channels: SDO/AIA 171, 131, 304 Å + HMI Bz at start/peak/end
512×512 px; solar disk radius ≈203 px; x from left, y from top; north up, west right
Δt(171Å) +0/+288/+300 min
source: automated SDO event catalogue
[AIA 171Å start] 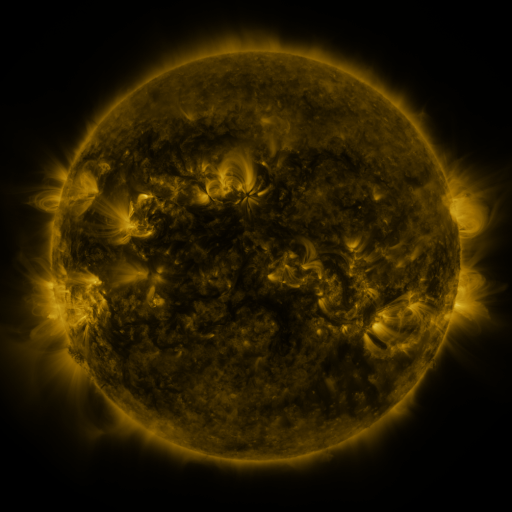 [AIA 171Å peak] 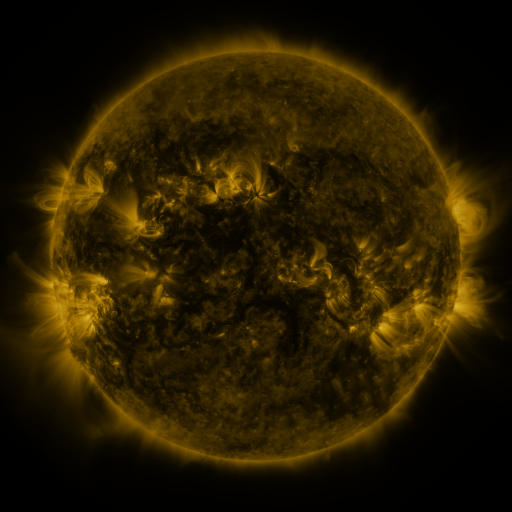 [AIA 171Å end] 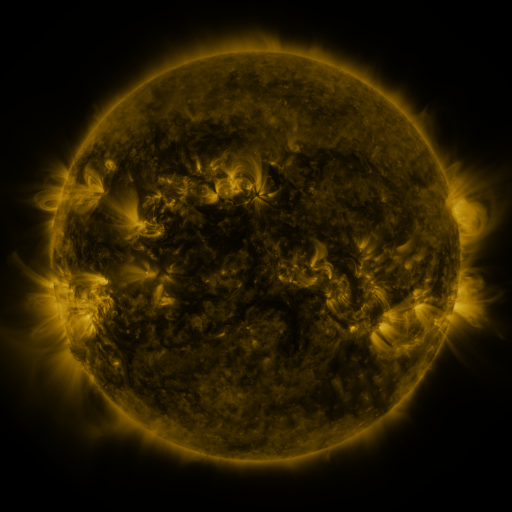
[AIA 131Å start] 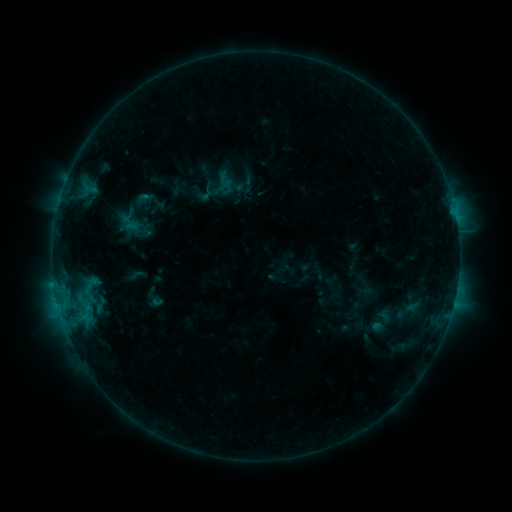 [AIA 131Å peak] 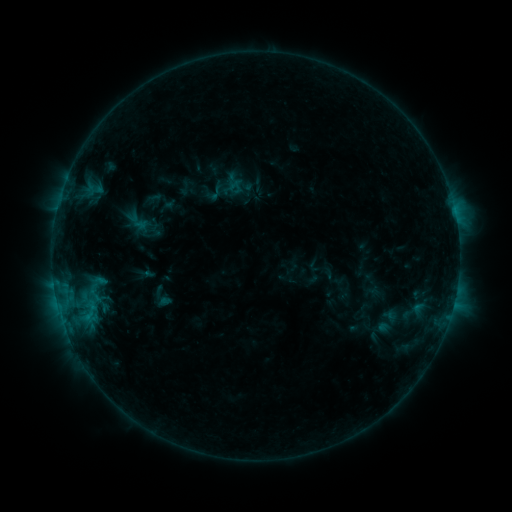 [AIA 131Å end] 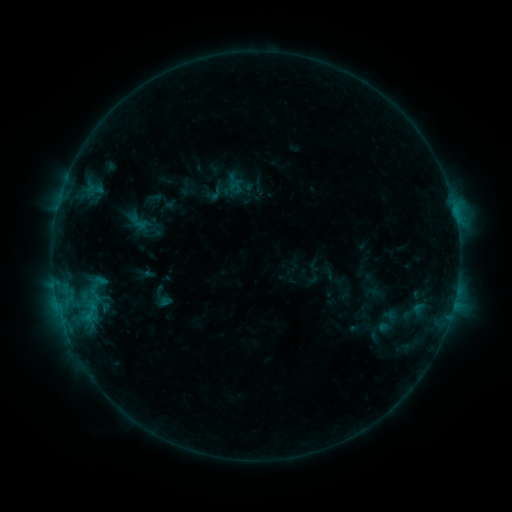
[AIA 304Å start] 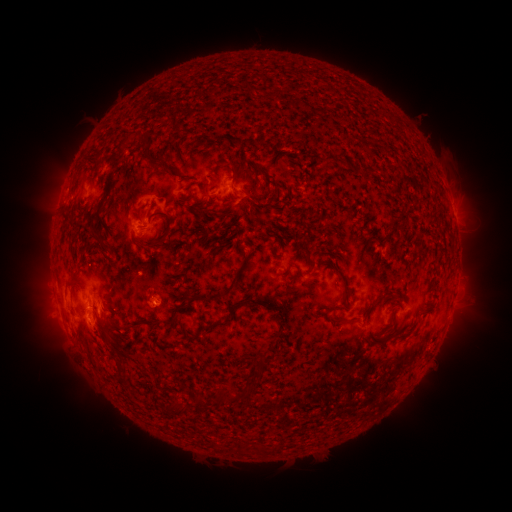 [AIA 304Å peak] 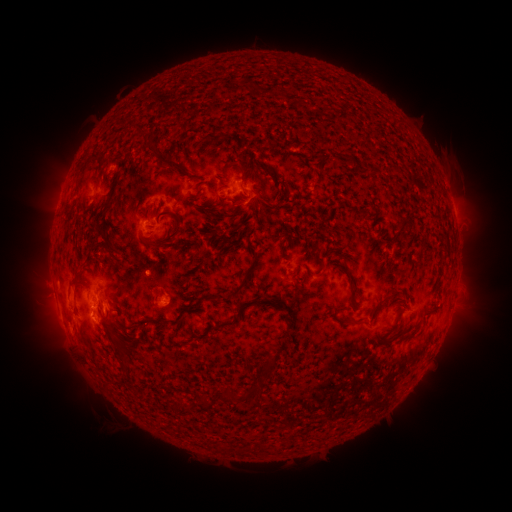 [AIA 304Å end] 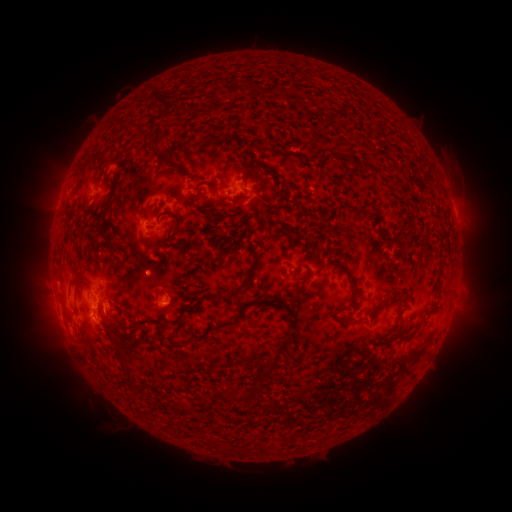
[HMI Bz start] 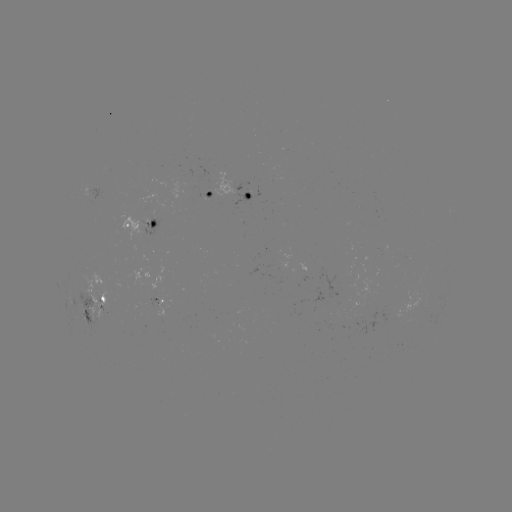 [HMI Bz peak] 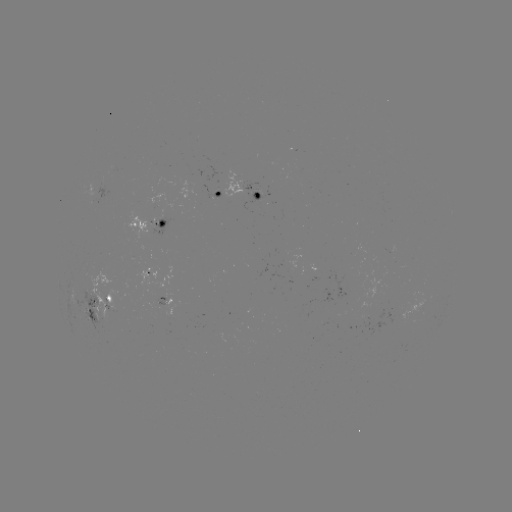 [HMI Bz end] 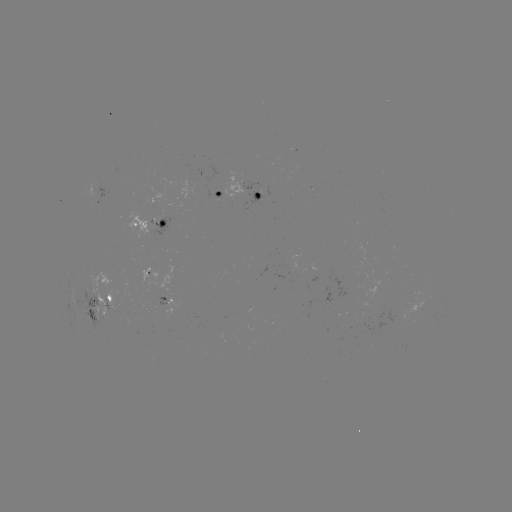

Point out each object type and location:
emerging-flux region: (159, 303)
